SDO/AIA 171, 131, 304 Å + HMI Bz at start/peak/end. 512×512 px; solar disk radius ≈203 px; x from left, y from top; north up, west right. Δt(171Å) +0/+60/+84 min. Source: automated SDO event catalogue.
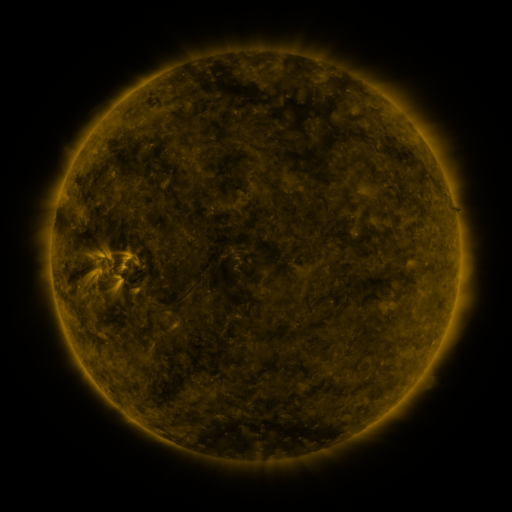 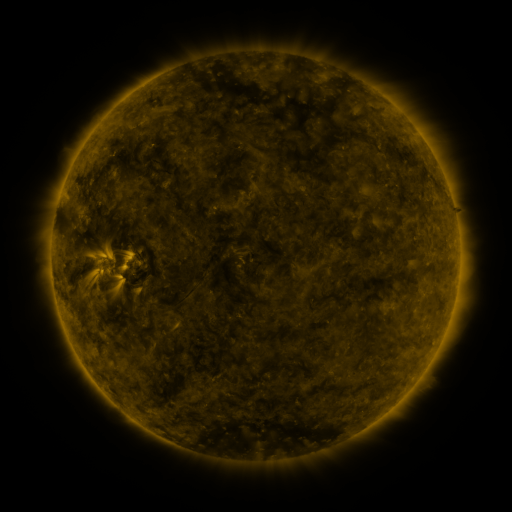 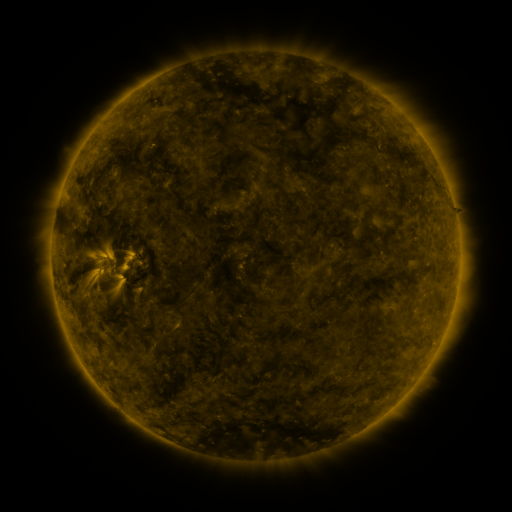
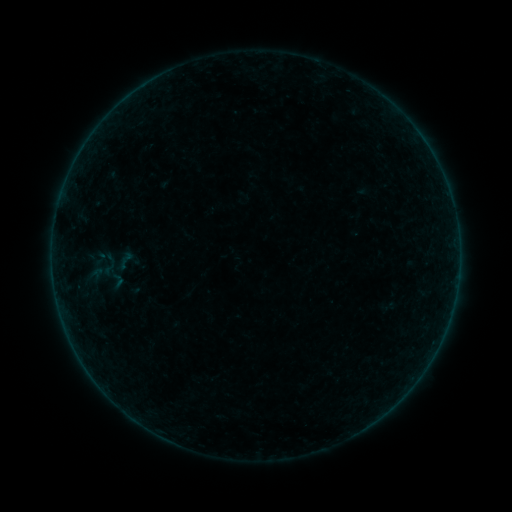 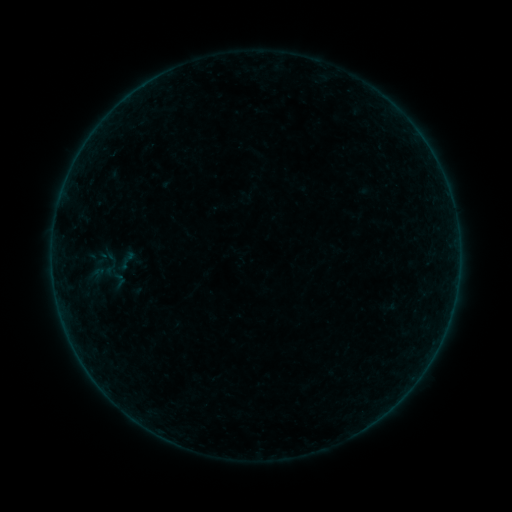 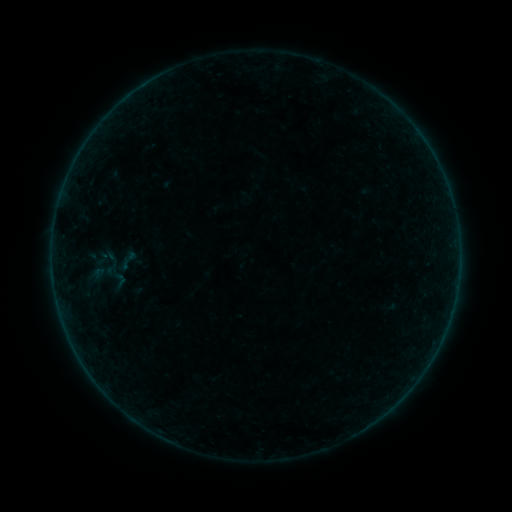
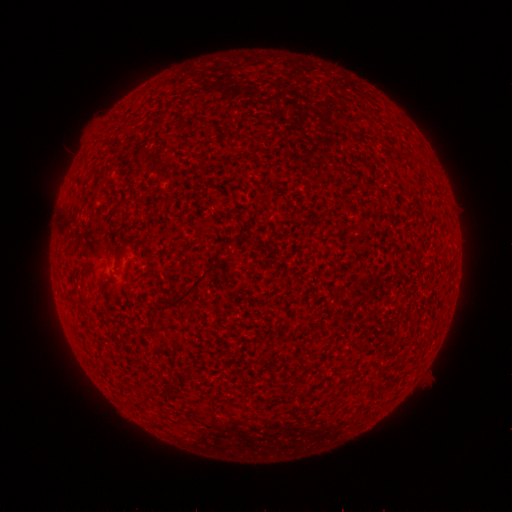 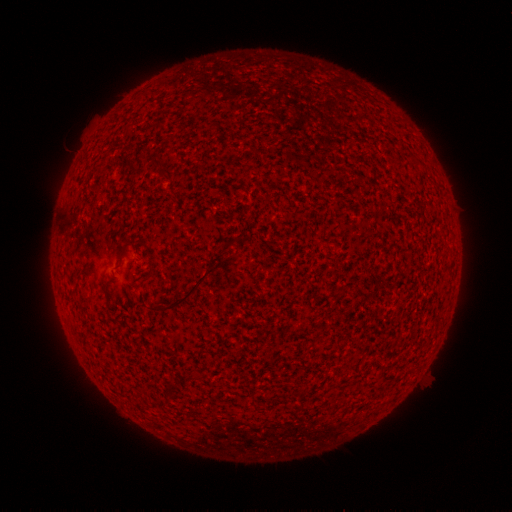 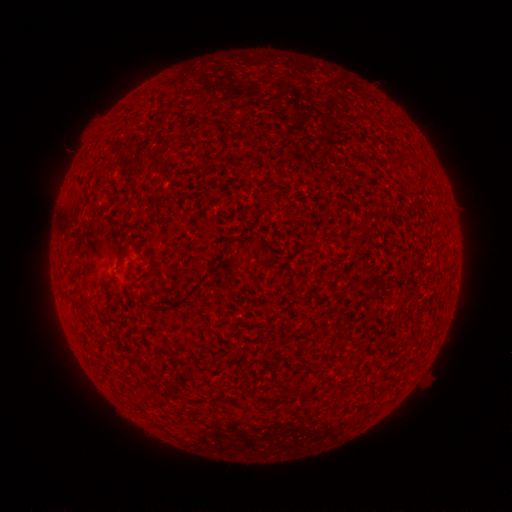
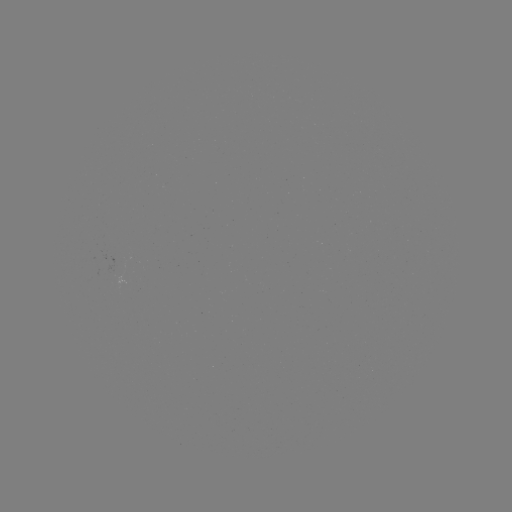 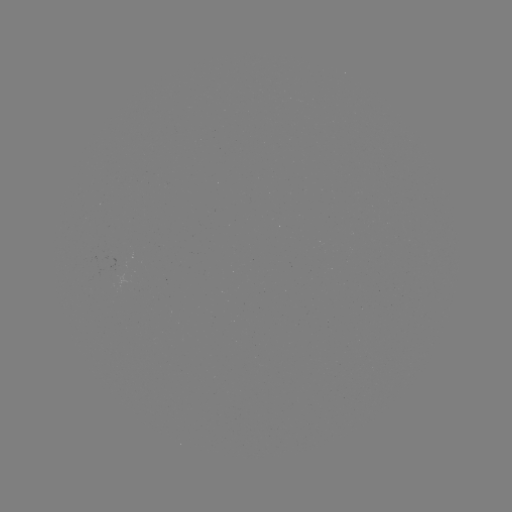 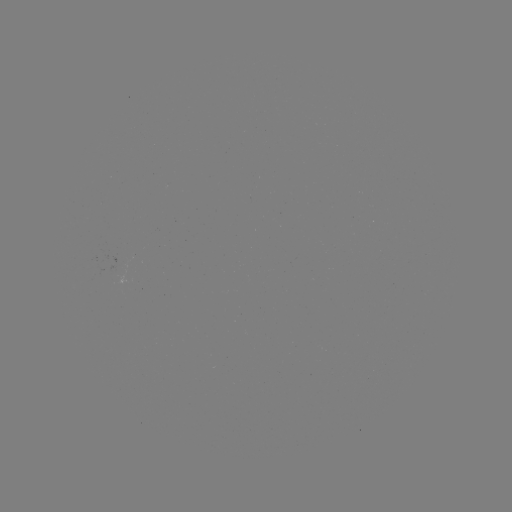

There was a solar emerging-flux region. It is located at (123, 259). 